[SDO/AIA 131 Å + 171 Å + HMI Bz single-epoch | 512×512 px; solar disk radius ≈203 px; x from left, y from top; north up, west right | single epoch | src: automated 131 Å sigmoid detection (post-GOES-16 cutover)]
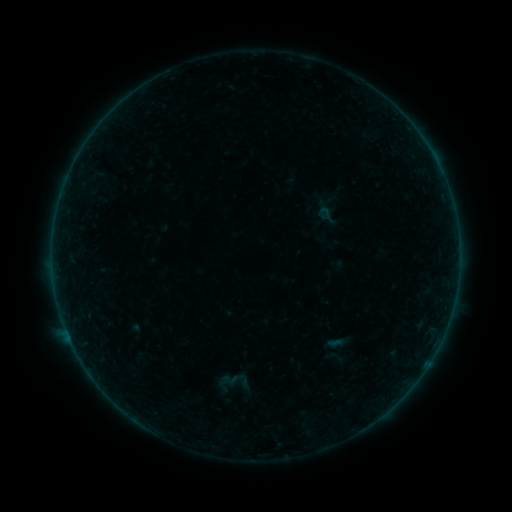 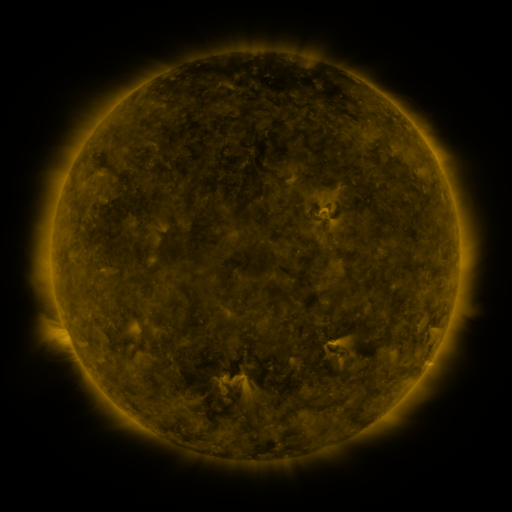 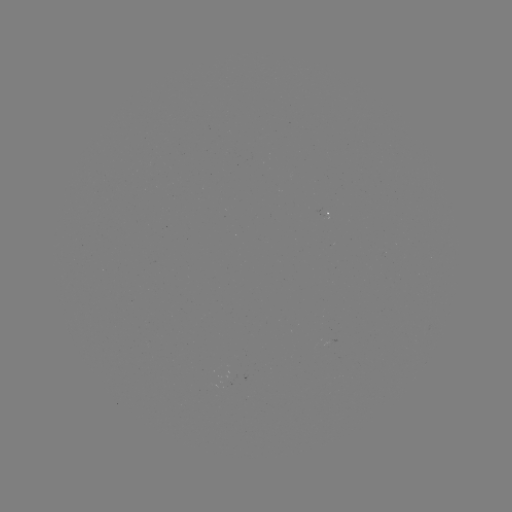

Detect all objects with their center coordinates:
sigmoid: (315, 206, 334, 221)
sigmoid: (325, 346, 346, 367)
sigmoid: (217, 365, 252, 395)
